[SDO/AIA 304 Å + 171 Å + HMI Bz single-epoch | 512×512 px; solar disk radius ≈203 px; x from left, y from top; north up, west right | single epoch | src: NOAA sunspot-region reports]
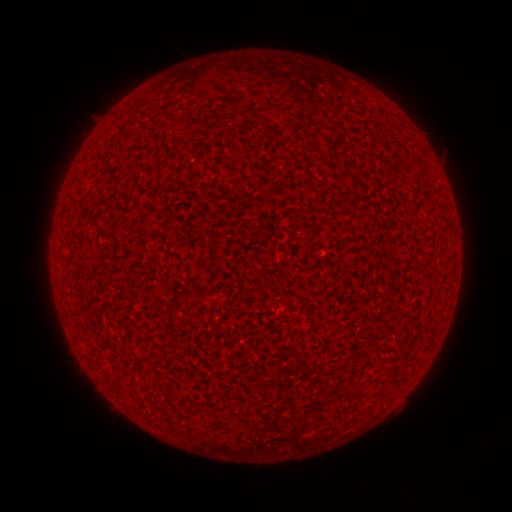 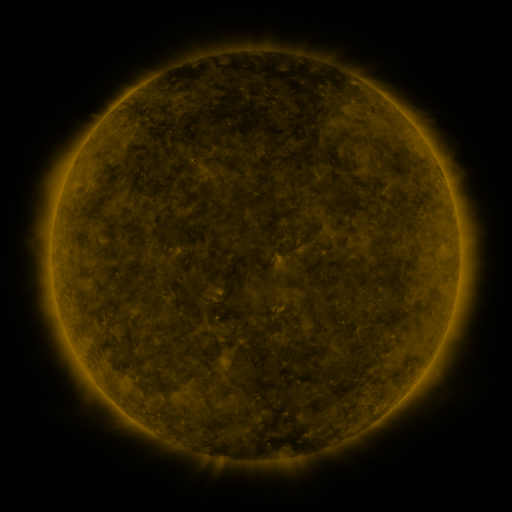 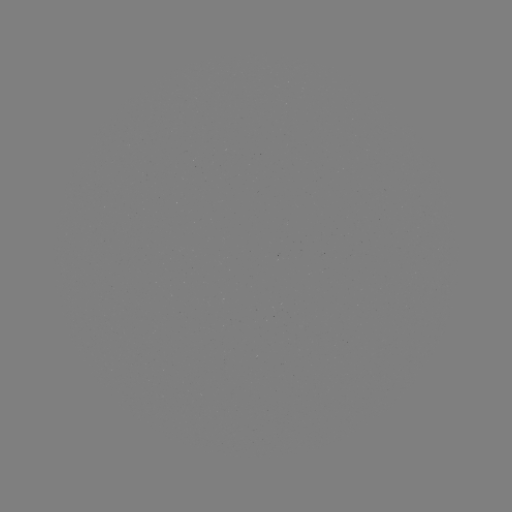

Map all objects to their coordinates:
(none)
